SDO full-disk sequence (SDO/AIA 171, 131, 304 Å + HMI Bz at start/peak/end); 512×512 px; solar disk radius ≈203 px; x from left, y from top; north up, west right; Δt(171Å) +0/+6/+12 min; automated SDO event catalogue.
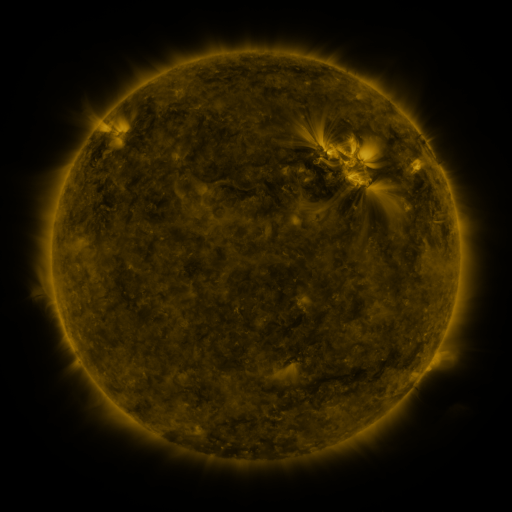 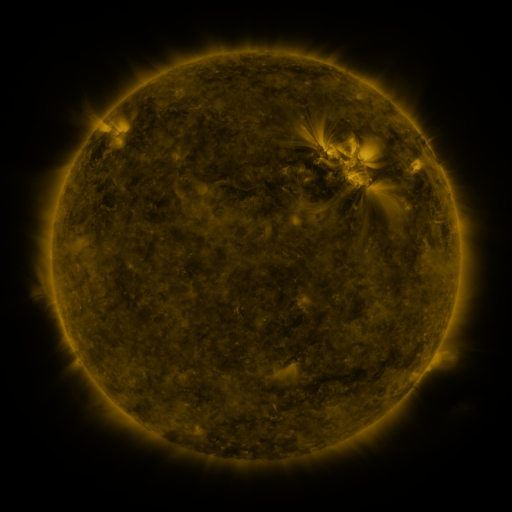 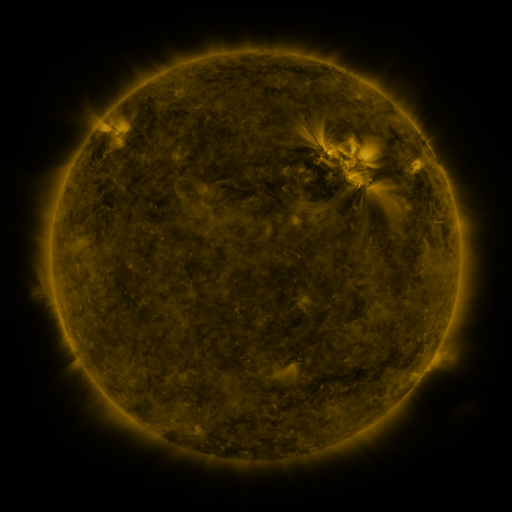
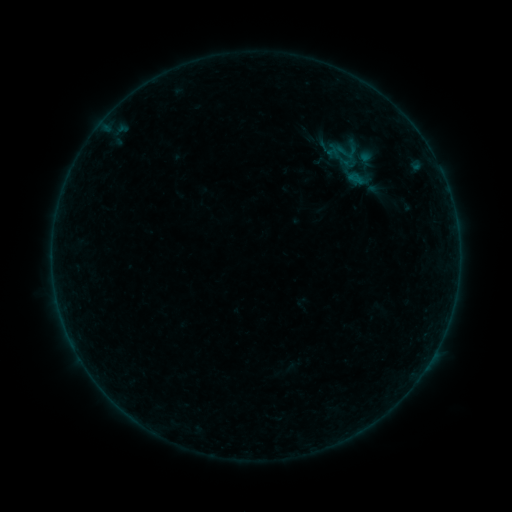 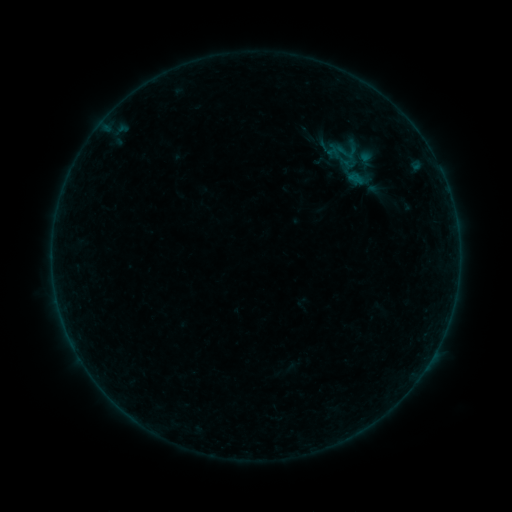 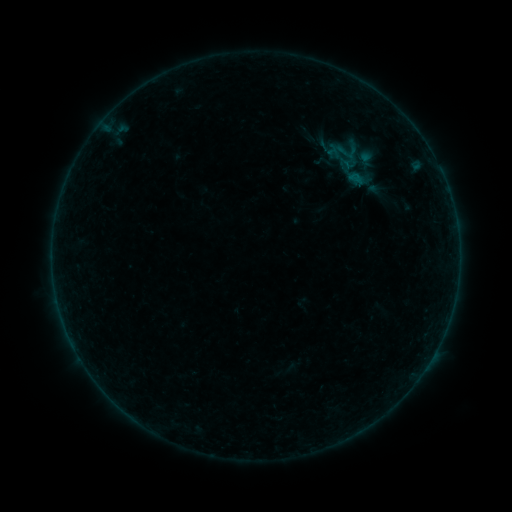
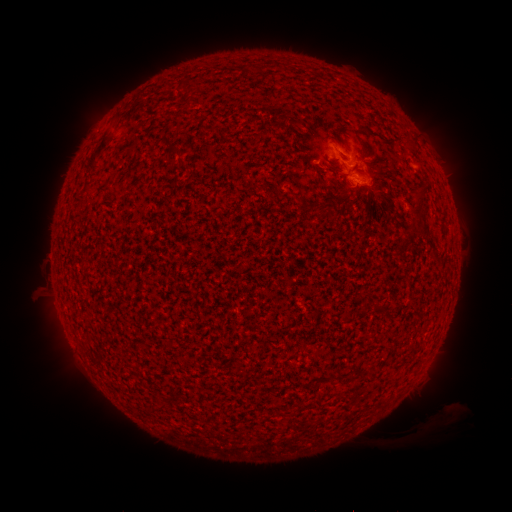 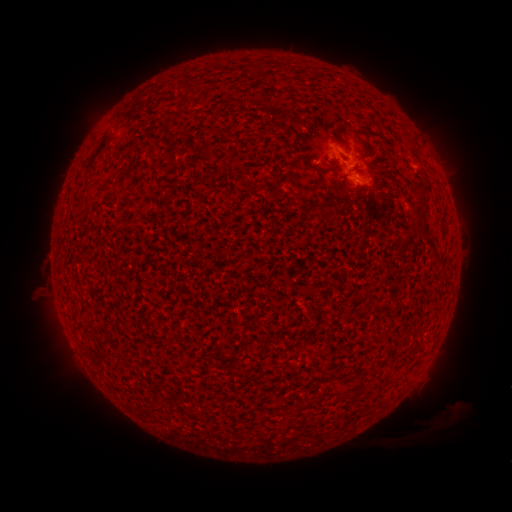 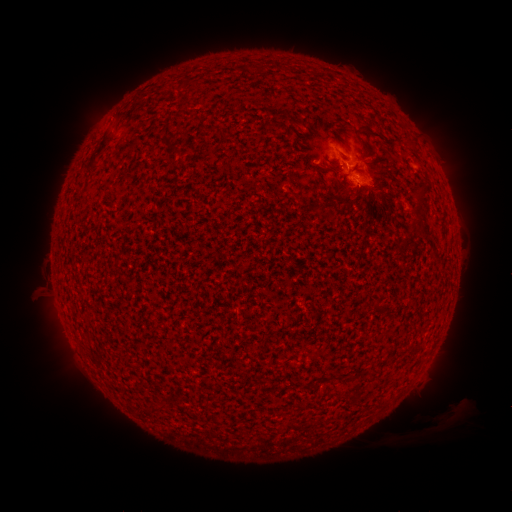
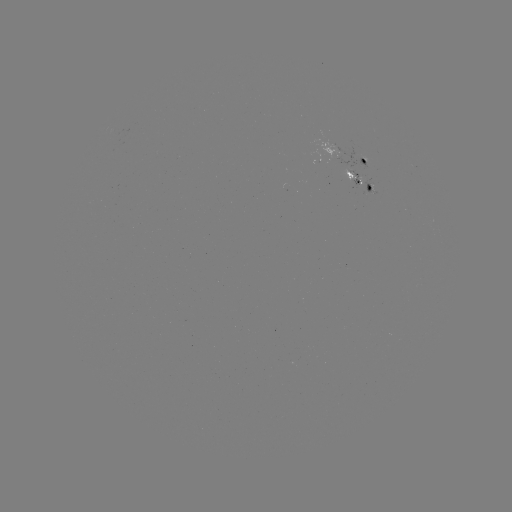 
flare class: B1.0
